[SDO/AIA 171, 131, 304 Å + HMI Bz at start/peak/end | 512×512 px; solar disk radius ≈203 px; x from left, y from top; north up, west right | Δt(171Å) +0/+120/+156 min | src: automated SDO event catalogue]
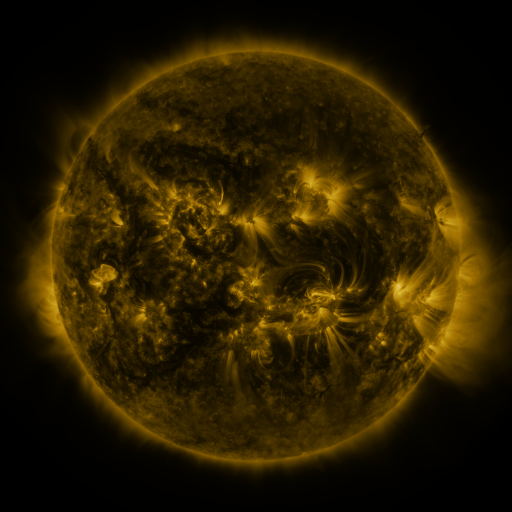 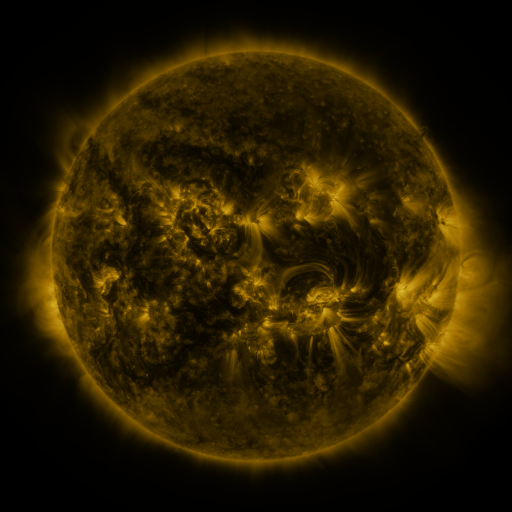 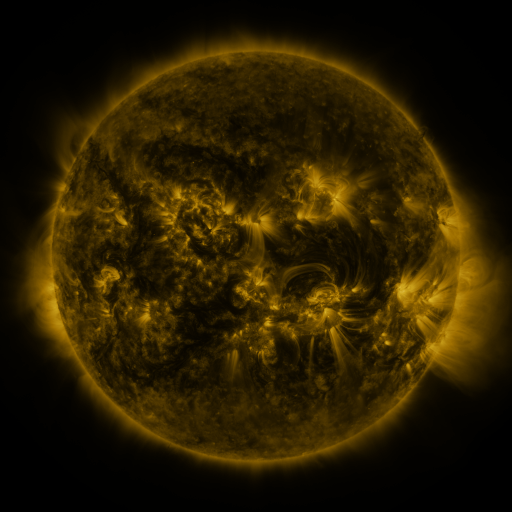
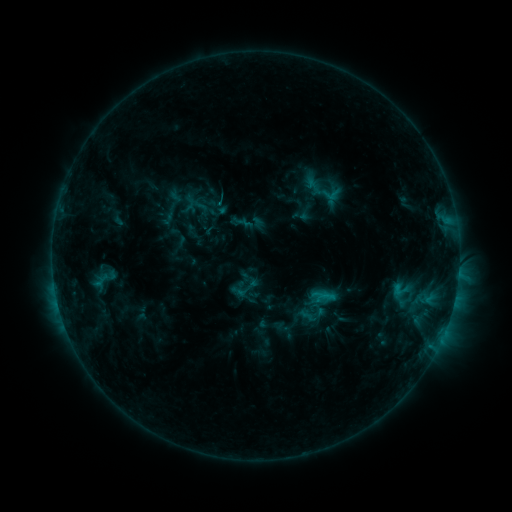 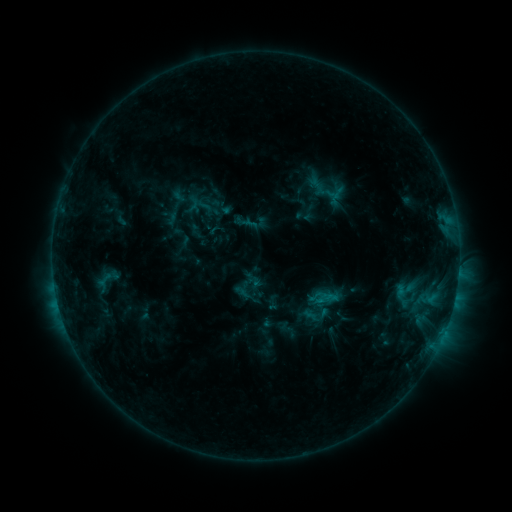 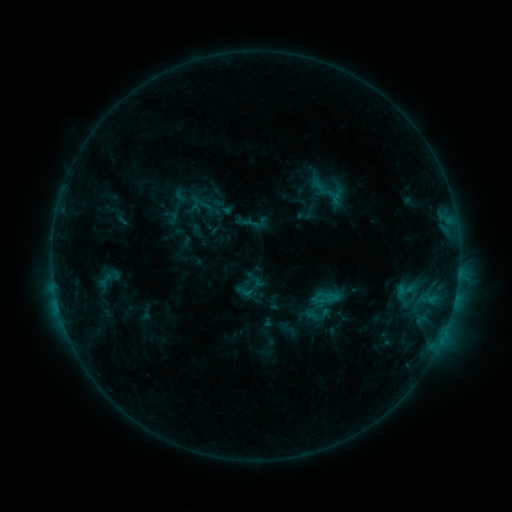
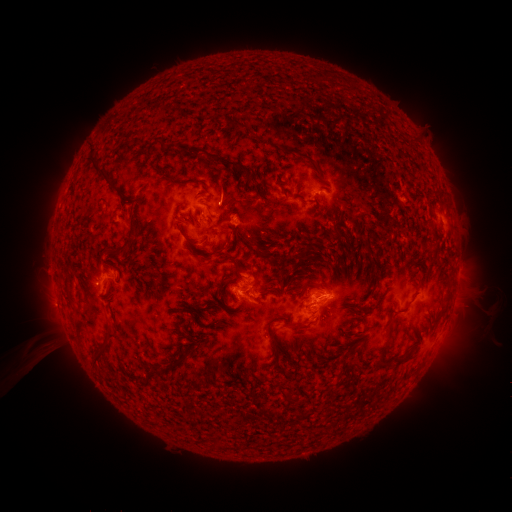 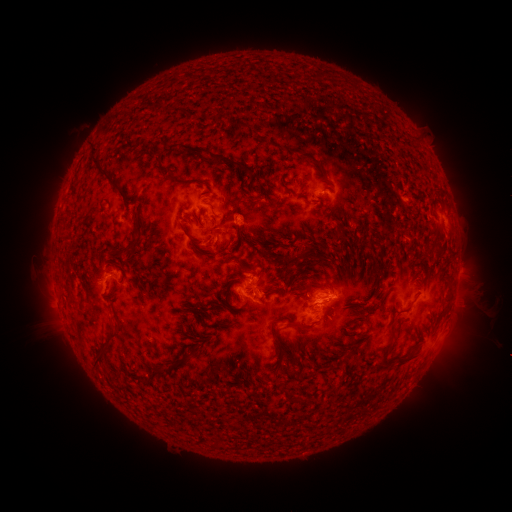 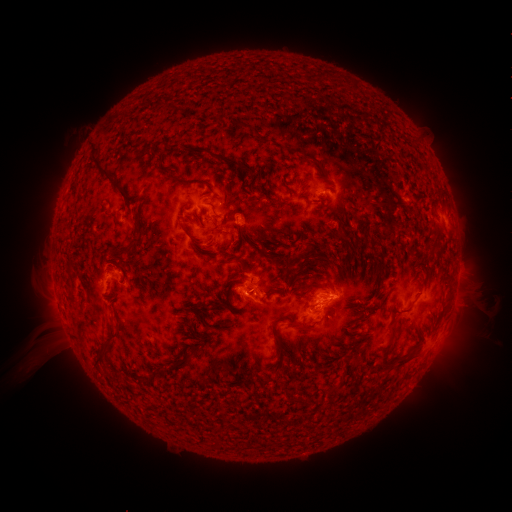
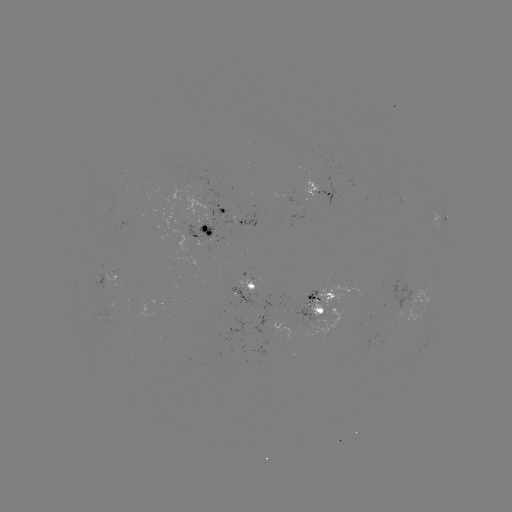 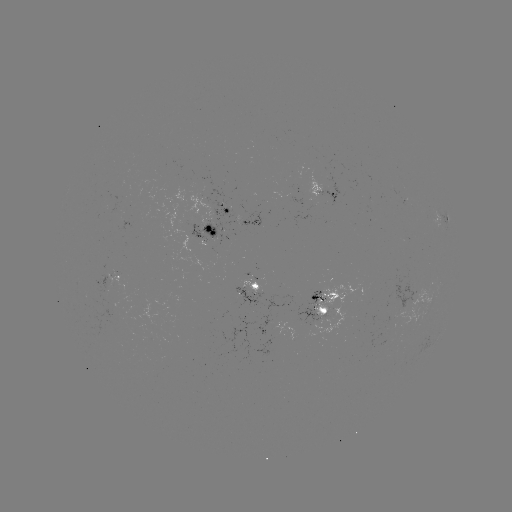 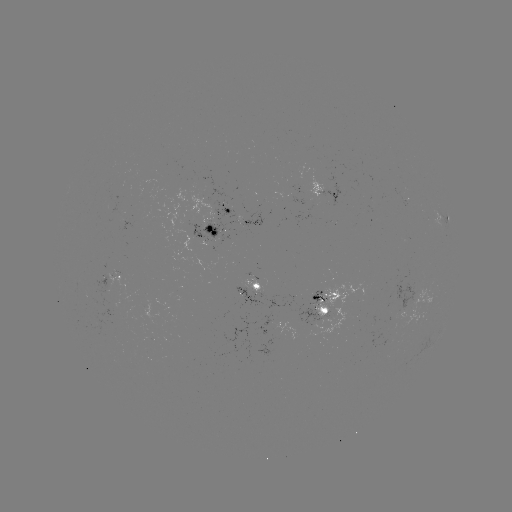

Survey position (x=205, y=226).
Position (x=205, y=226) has emerging-flux region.